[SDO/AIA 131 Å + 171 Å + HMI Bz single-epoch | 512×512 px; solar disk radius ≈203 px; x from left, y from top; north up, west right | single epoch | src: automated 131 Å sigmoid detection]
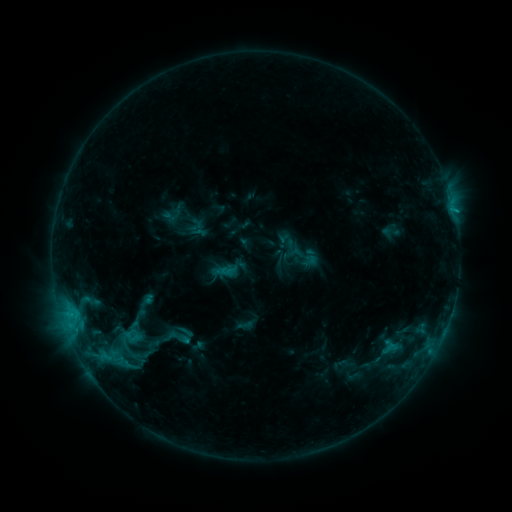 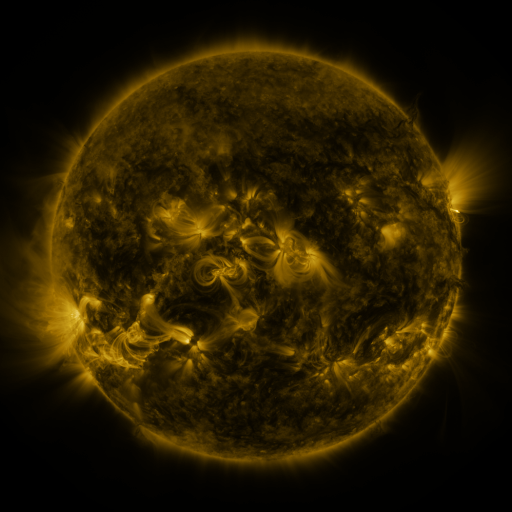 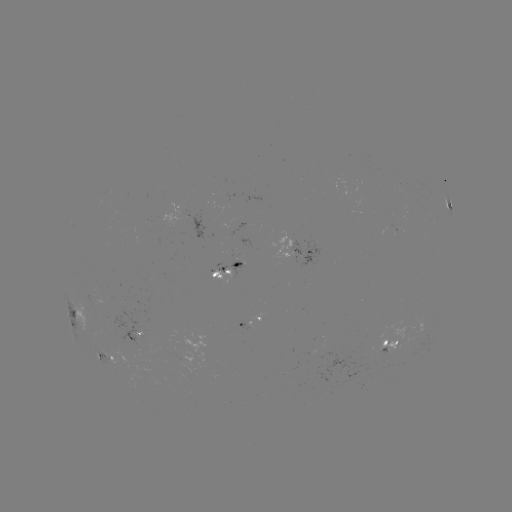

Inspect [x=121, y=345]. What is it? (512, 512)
sigmoid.